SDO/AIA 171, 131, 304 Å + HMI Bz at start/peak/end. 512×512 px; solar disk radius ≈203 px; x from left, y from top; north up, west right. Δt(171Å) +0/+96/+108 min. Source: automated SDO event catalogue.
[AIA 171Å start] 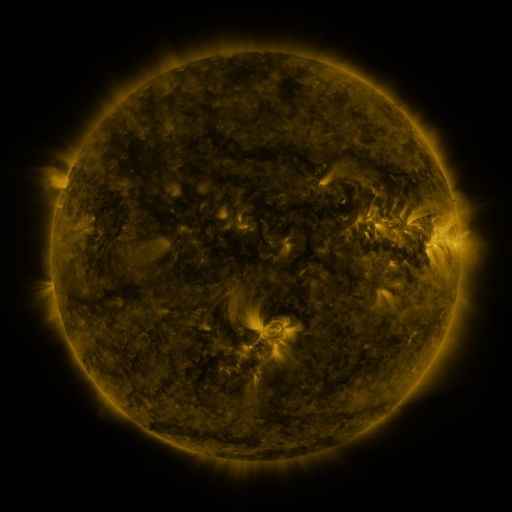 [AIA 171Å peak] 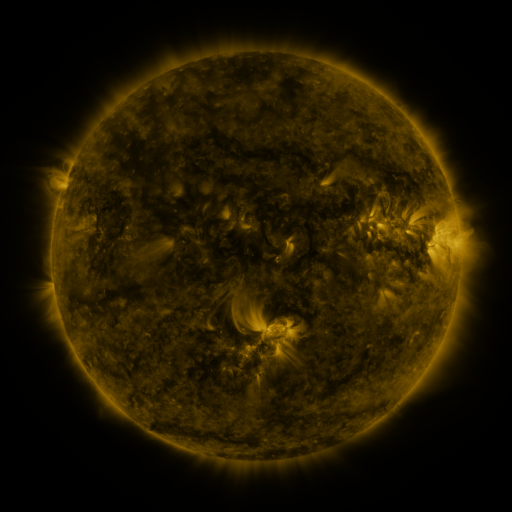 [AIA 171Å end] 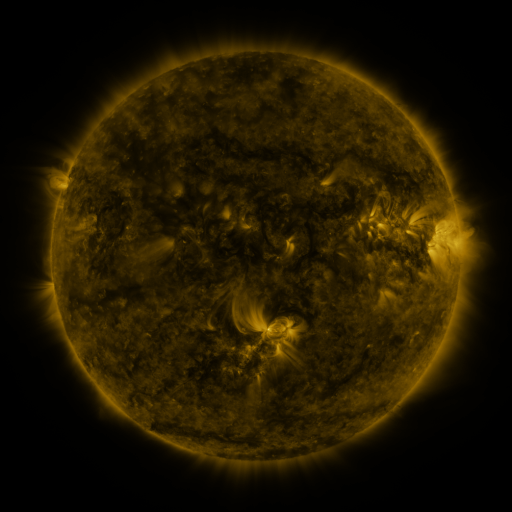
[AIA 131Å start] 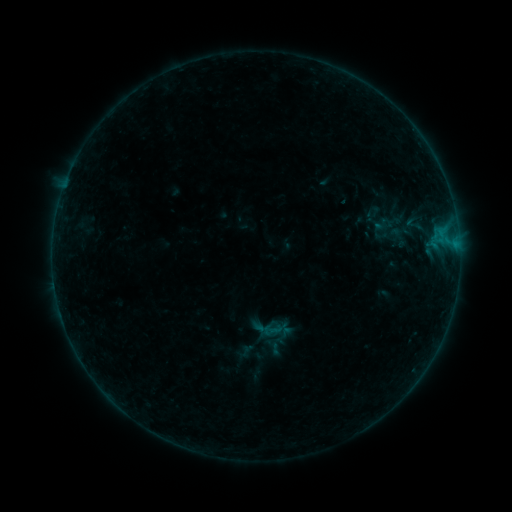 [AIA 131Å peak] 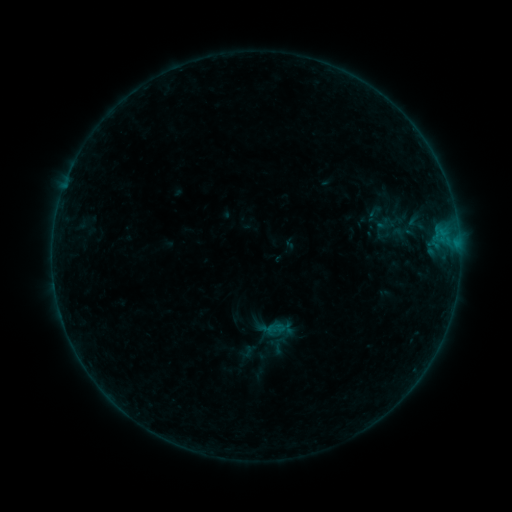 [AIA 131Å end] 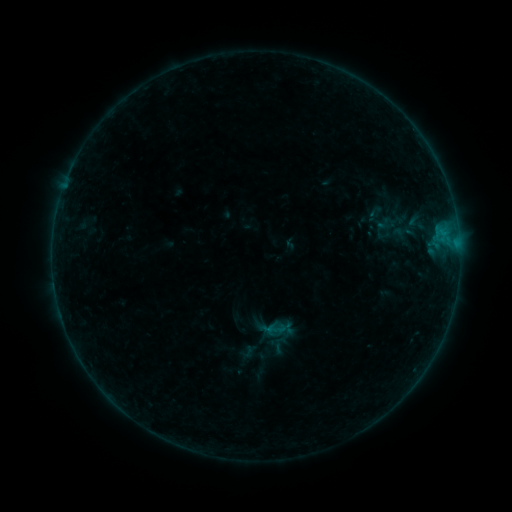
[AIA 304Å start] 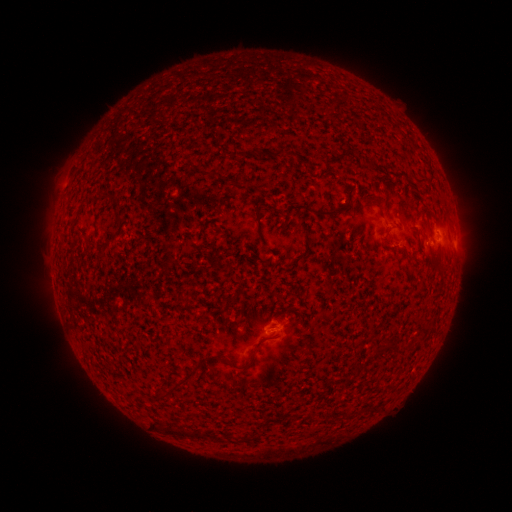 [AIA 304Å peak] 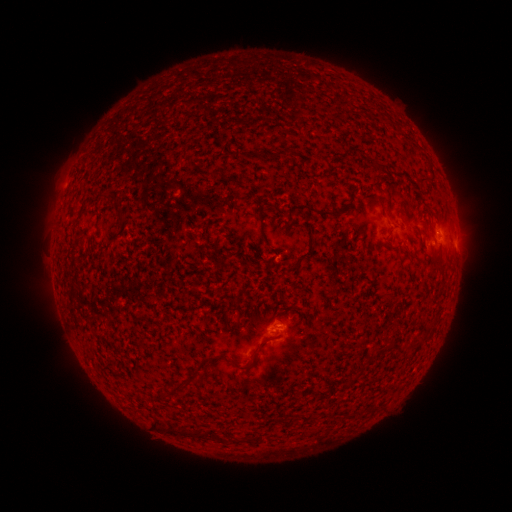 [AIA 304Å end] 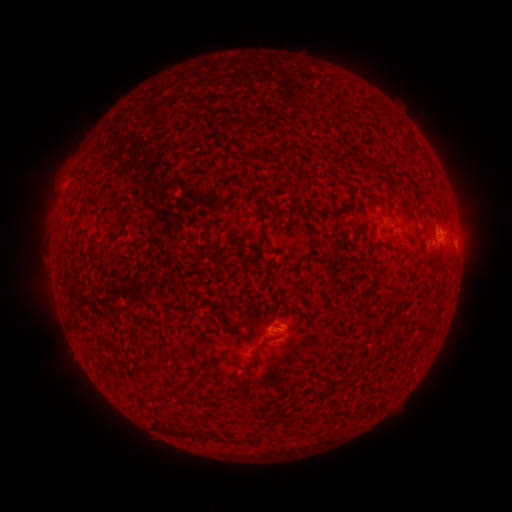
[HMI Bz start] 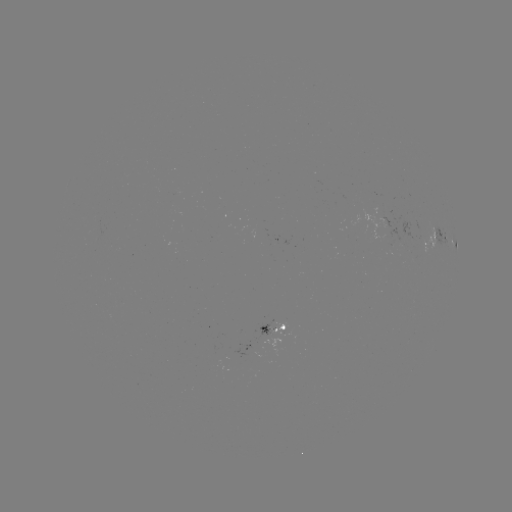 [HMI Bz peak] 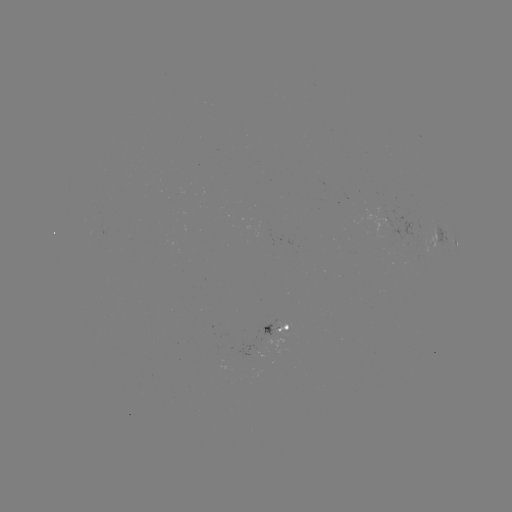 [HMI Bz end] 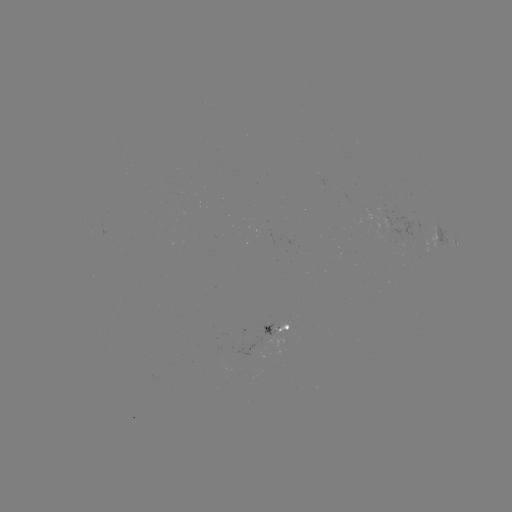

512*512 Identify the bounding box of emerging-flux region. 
[260, 319, 278, 338].